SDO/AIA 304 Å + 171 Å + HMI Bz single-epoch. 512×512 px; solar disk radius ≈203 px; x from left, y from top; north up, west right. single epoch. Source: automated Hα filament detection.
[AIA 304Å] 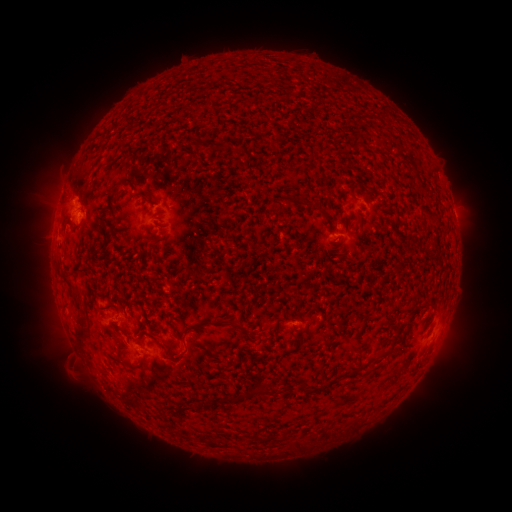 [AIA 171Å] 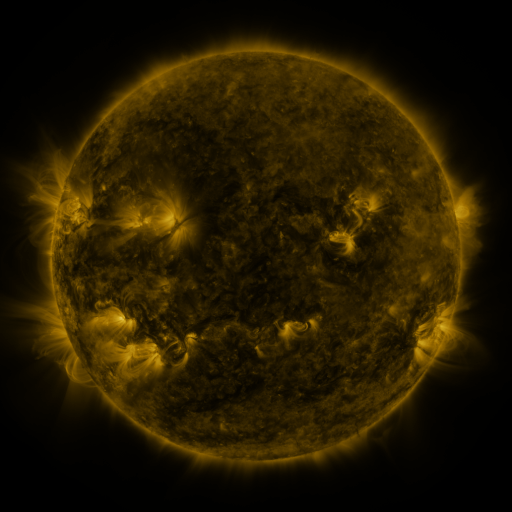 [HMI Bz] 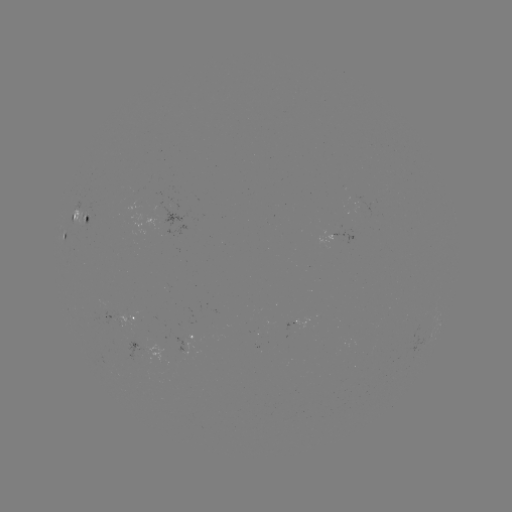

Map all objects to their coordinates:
filament: <bbox>122, 176, 136, 187</bbox>
filament: <bbox>134, 191, 151, 202</bbox>
filament: <bbox>308, 203, 320, 210</bbox>
filament: <bbox>81, 264, 91, 272</bbox>
filament: <bbox>61, 271, 72, 278</bbox>
filament: <bbox>103, 302, 115, 310</bbox>
filament: <bbox>422, 302, 437, 311</bbox>
filament: <bbox>74, 312, 90, 349</bbox>
filament: <bbox>214, 318, 250, 335</bbox>
filament: <bbox>139, 329, 151, 336</bbox>
filament: <bbox>158, 339, 185, 360</bbox>
filament: <bbox>366, 352, 387, 364</bbox>
filament: <bbox>347, 362, 359, 373</bbox>
filament: <bbox>256, 386, 266, 395</bbox>
filament: <bbox>224, 393, 244, 403</bbox>
